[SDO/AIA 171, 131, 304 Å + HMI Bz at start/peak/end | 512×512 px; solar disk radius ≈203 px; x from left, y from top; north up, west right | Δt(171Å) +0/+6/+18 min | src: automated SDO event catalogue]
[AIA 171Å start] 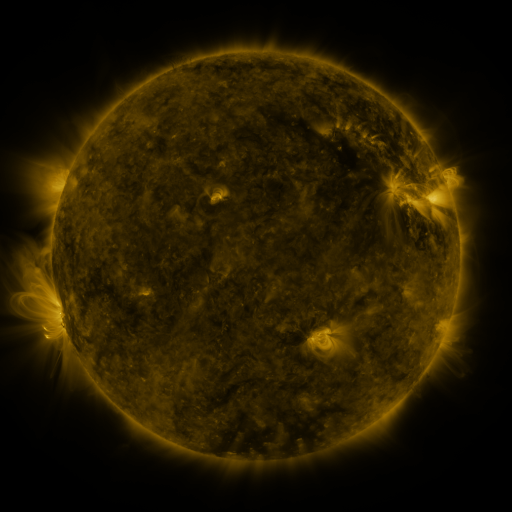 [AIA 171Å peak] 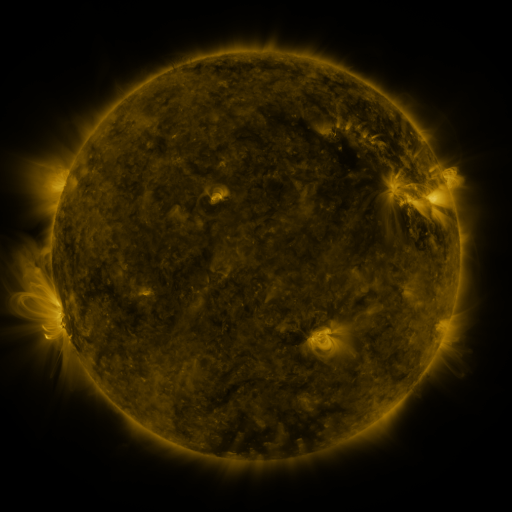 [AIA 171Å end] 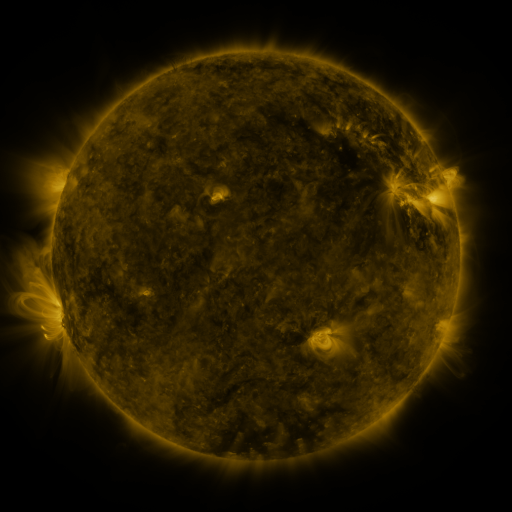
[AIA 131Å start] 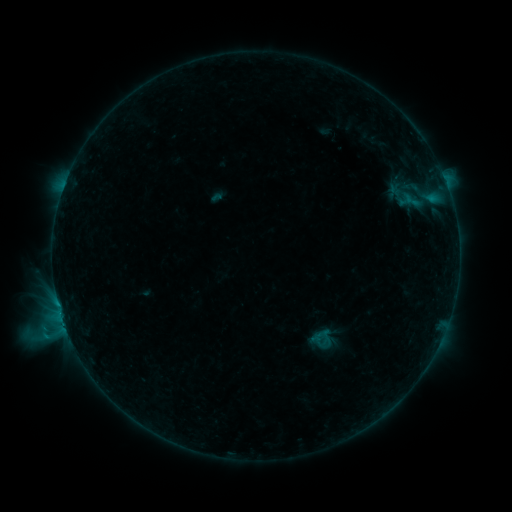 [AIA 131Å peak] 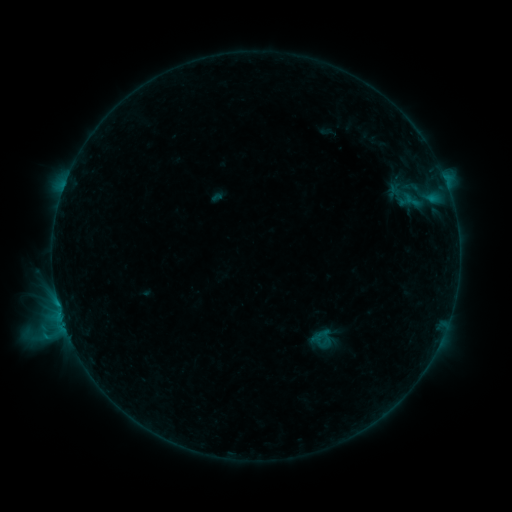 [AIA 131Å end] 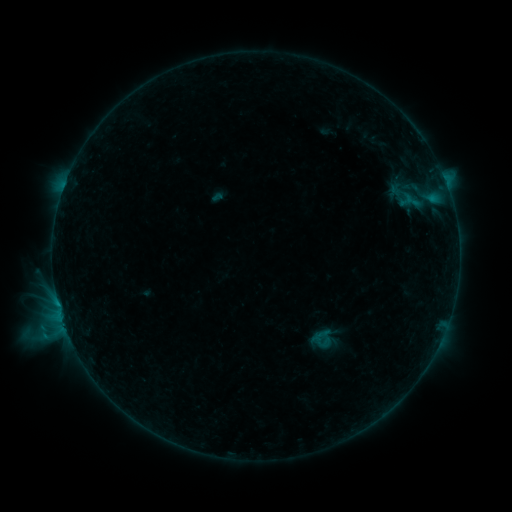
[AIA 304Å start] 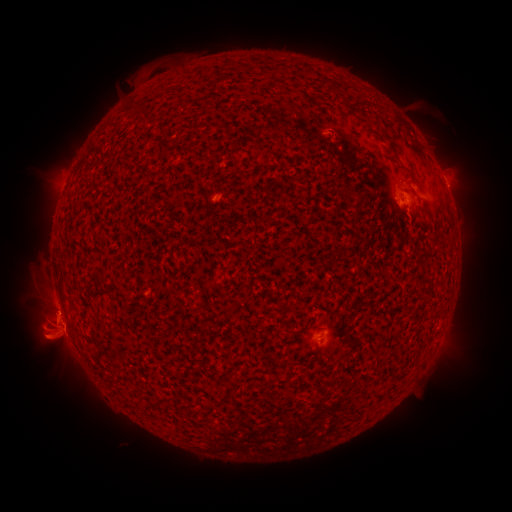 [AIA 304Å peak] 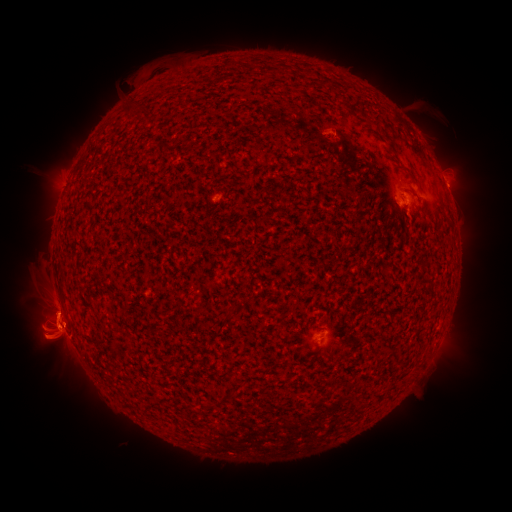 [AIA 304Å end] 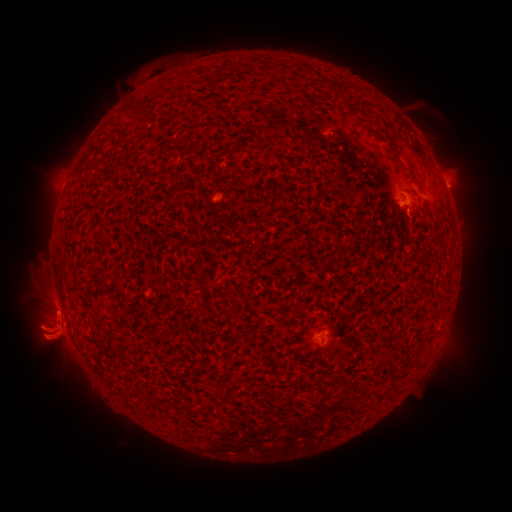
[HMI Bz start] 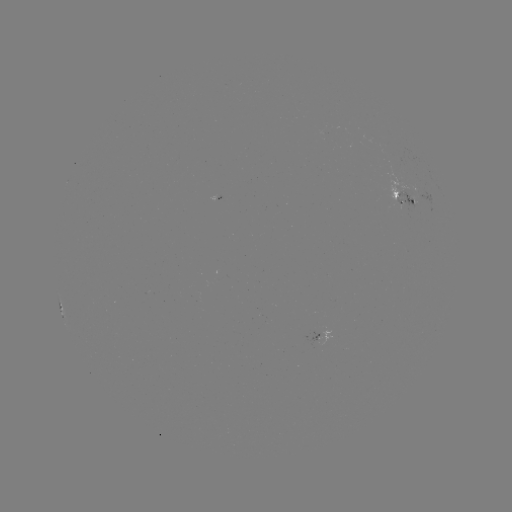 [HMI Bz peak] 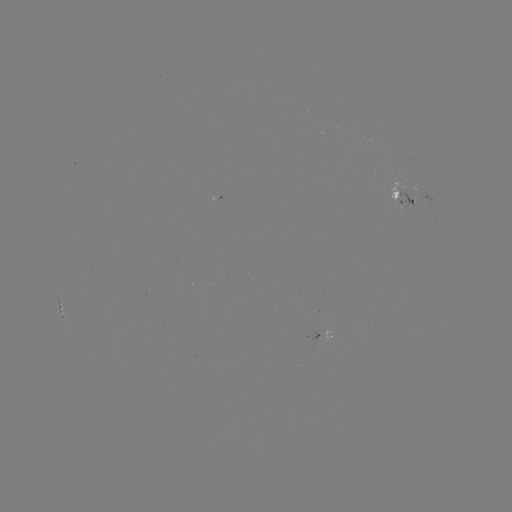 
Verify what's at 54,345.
eruption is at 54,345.